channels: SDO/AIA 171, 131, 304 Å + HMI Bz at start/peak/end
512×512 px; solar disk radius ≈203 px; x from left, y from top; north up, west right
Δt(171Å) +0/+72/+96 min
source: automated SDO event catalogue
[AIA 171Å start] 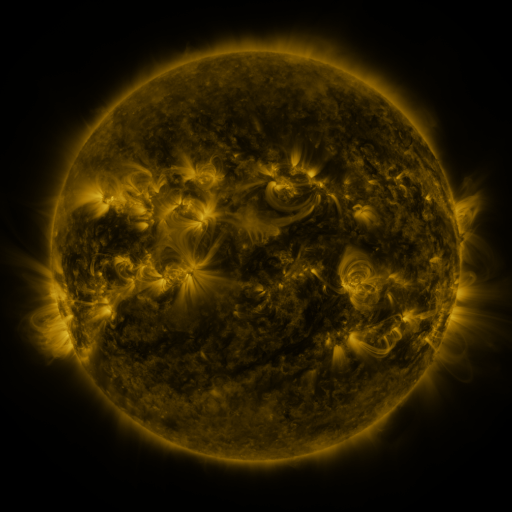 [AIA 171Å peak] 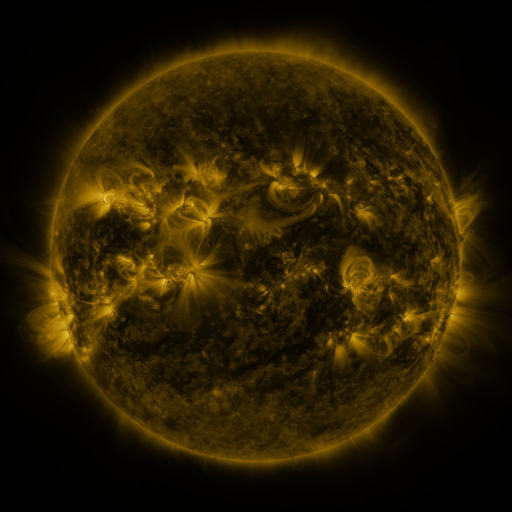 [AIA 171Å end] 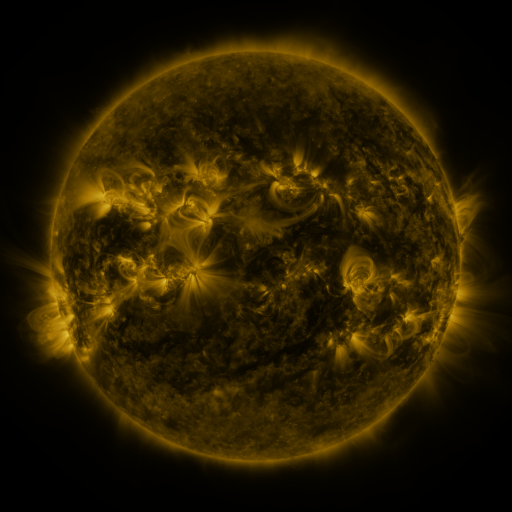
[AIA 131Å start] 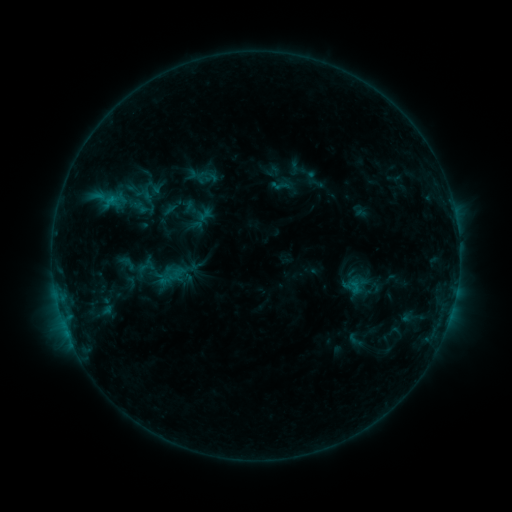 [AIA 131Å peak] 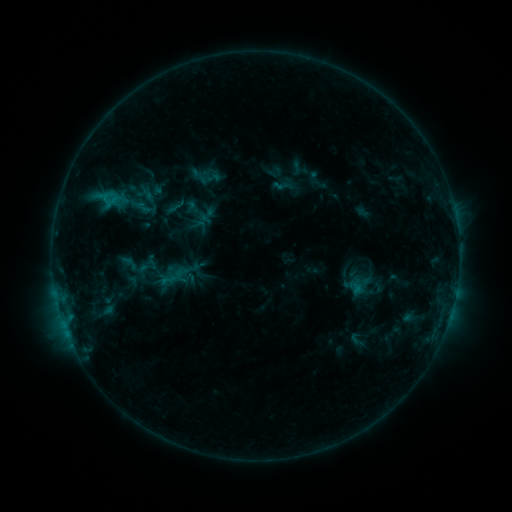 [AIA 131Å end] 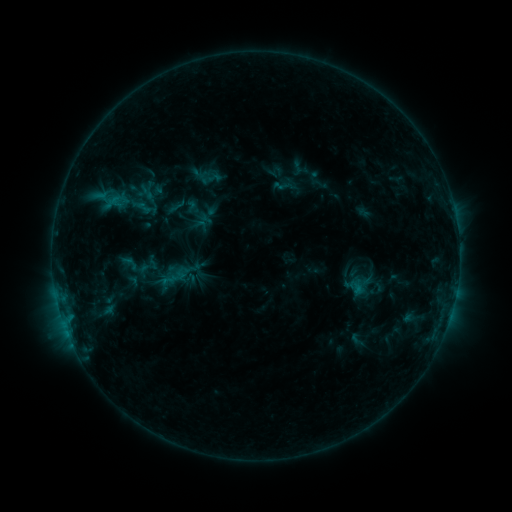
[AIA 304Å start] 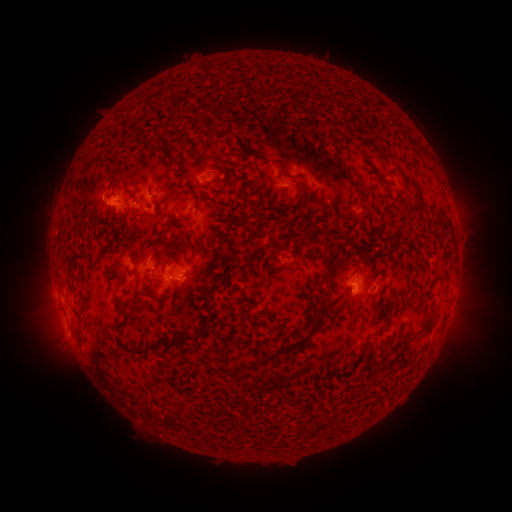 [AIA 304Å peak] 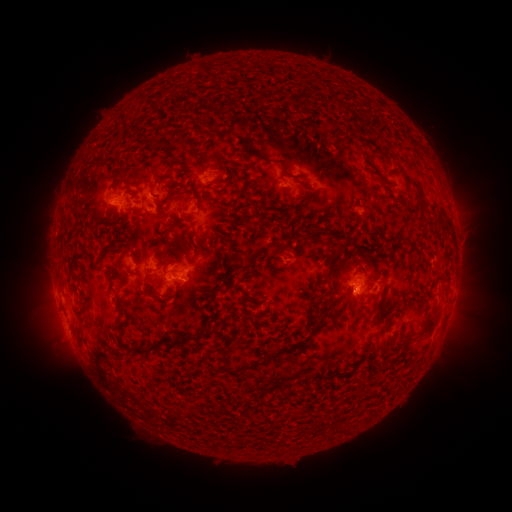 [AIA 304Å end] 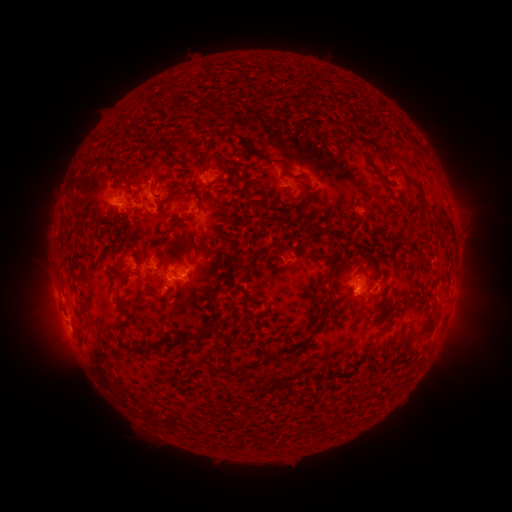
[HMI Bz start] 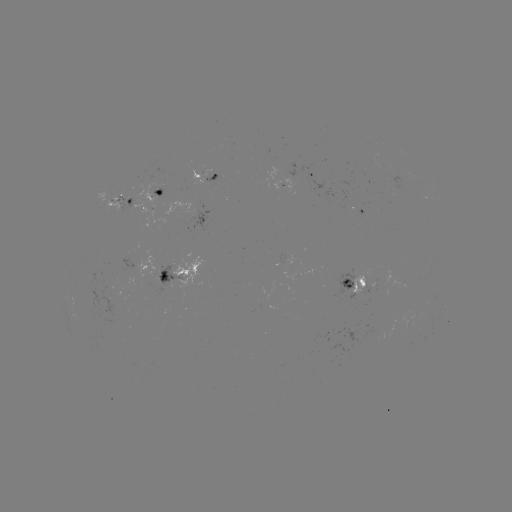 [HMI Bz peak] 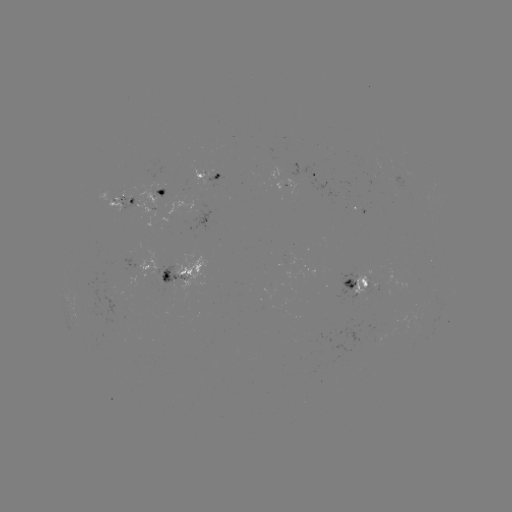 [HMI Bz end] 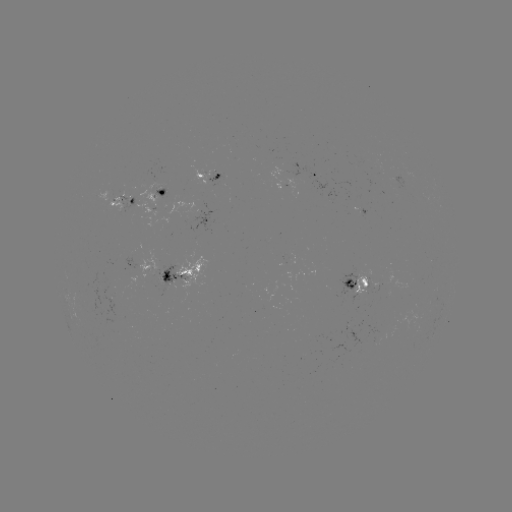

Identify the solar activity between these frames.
emerging-flux region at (370, 285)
